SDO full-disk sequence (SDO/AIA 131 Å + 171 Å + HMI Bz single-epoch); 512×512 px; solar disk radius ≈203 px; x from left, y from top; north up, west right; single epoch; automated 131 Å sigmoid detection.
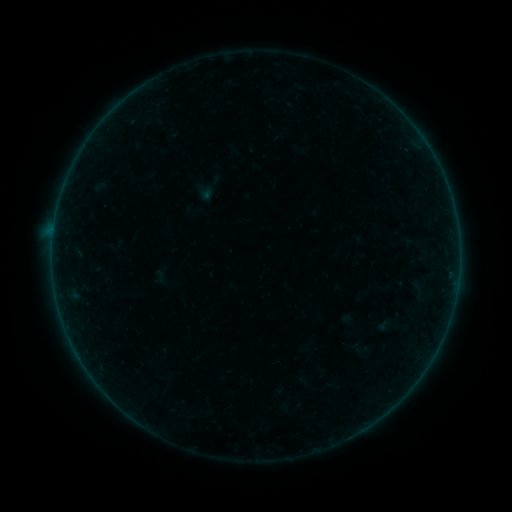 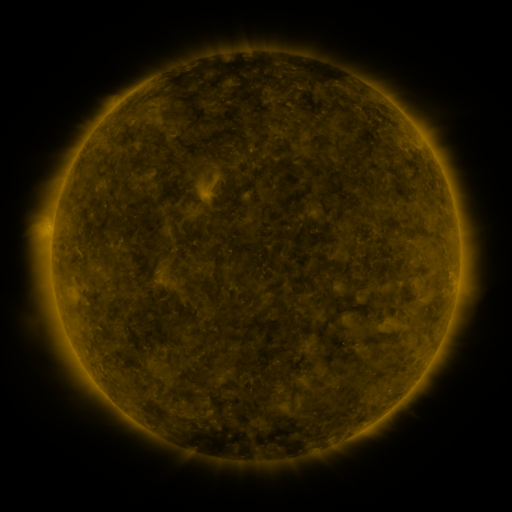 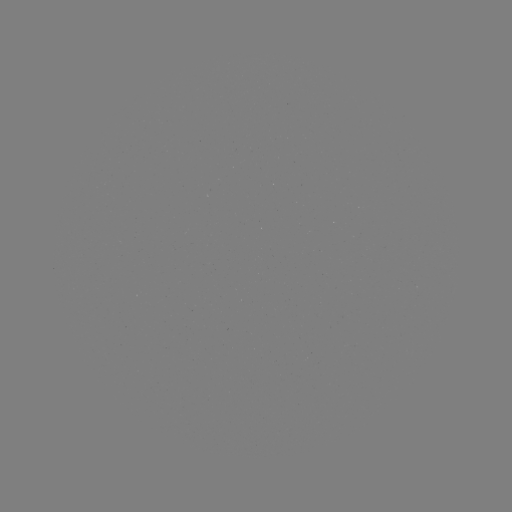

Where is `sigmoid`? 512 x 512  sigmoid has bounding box [152, 269, 169, 286].